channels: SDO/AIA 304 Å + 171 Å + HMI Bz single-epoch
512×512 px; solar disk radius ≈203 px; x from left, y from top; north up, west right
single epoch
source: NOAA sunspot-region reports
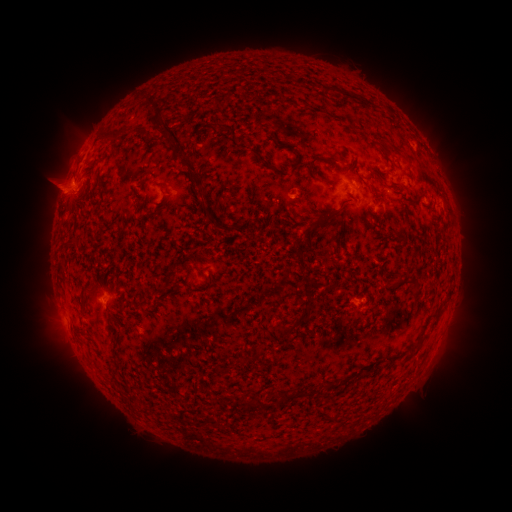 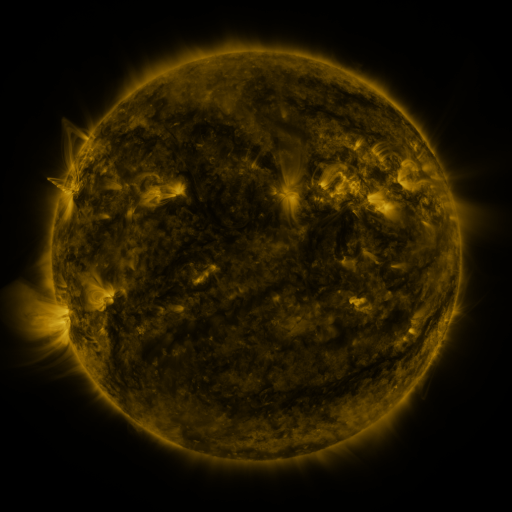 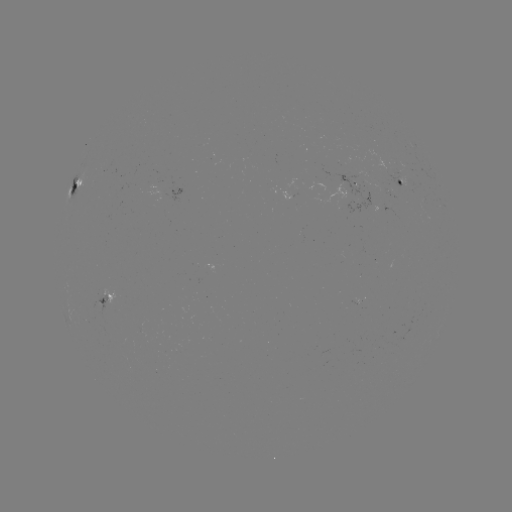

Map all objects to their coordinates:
spotted active region: (400, 180)
spotted active region: (357, 182)
spotted active region: (76, 184)
spotted active region: (104, 299)
